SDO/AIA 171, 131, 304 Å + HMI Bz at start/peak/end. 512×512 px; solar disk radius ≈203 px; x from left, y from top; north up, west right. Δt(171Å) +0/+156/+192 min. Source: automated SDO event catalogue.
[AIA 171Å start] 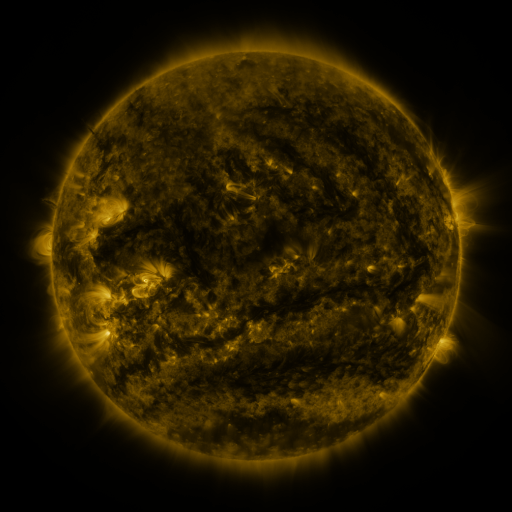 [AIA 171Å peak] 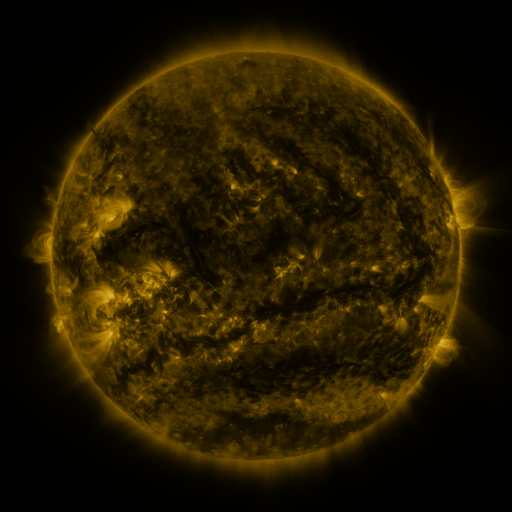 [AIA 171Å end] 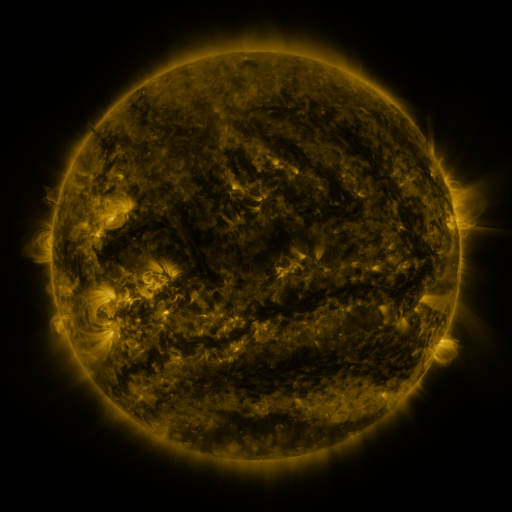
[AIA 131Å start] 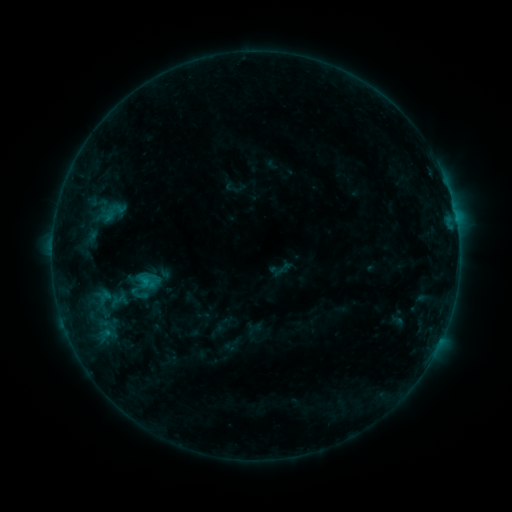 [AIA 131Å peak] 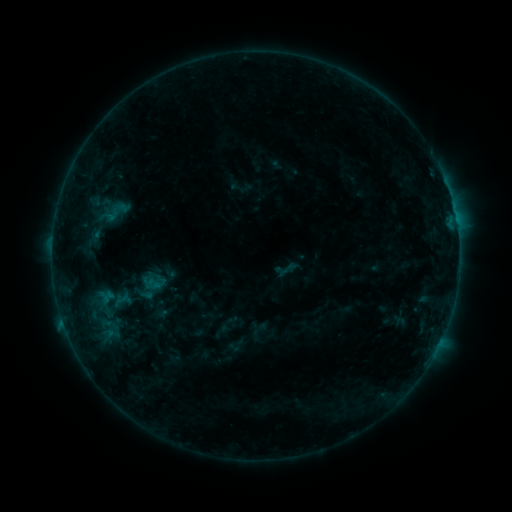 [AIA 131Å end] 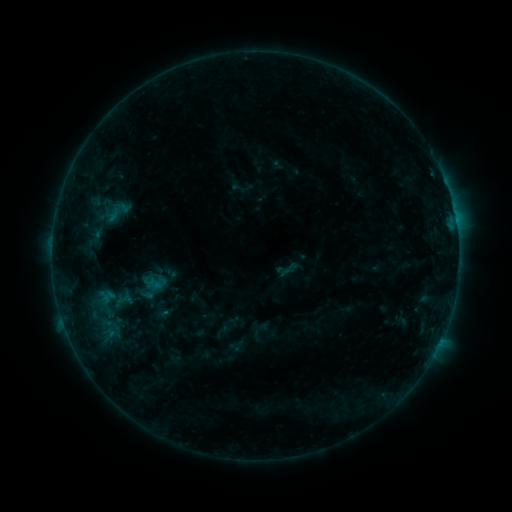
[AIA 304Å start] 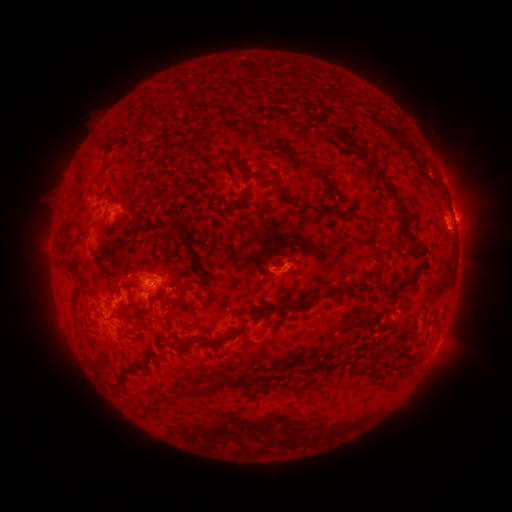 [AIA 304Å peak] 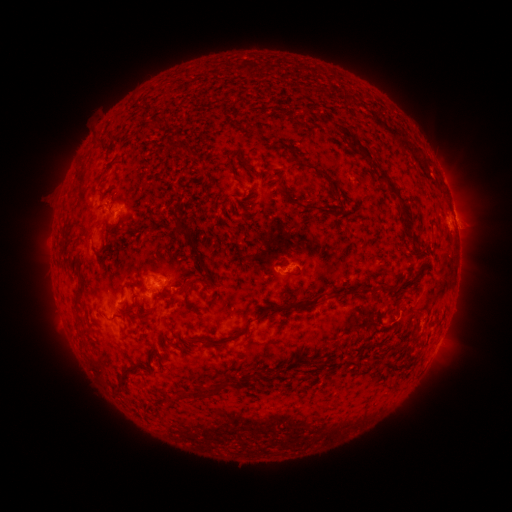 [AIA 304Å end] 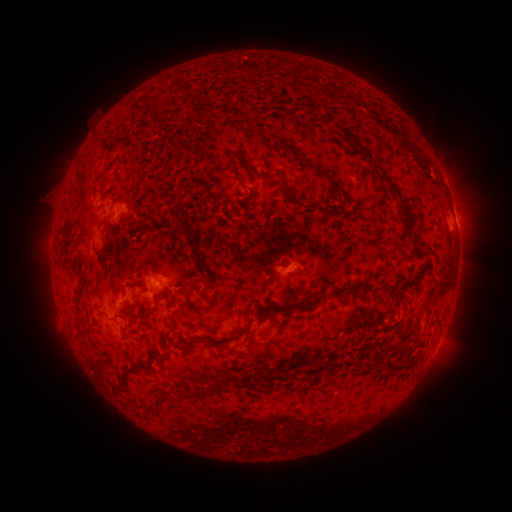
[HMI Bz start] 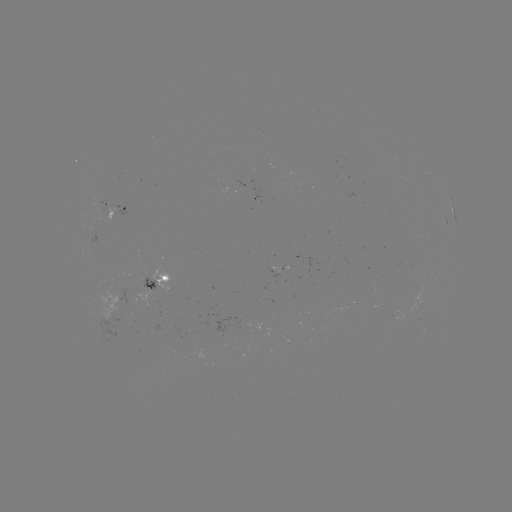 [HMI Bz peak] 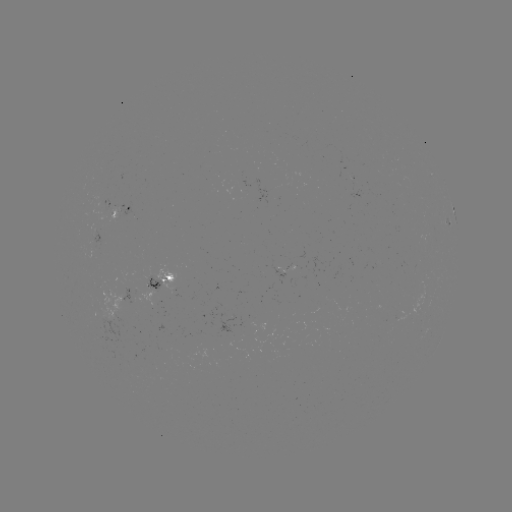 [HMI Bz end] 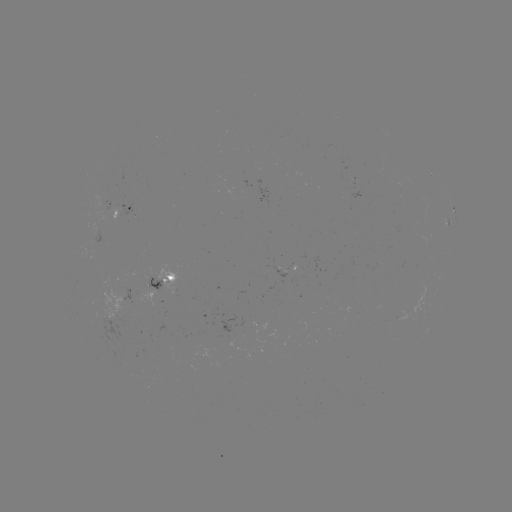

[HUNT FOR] emerging-flux region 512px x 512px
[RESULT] (287, 269)